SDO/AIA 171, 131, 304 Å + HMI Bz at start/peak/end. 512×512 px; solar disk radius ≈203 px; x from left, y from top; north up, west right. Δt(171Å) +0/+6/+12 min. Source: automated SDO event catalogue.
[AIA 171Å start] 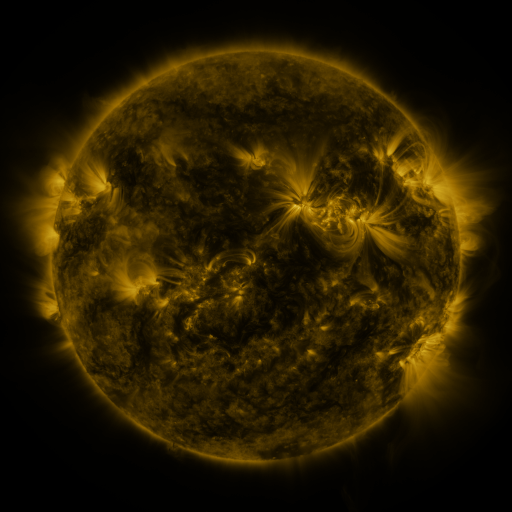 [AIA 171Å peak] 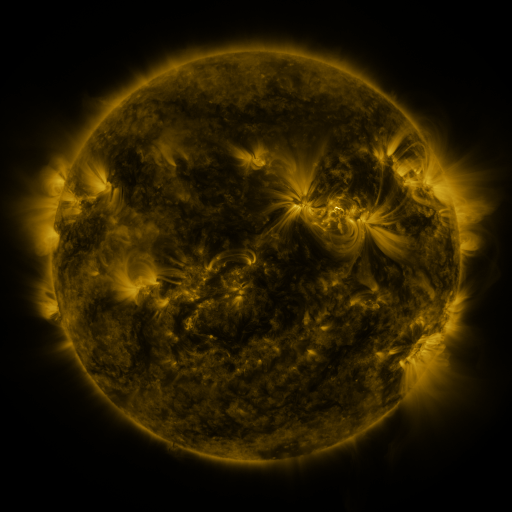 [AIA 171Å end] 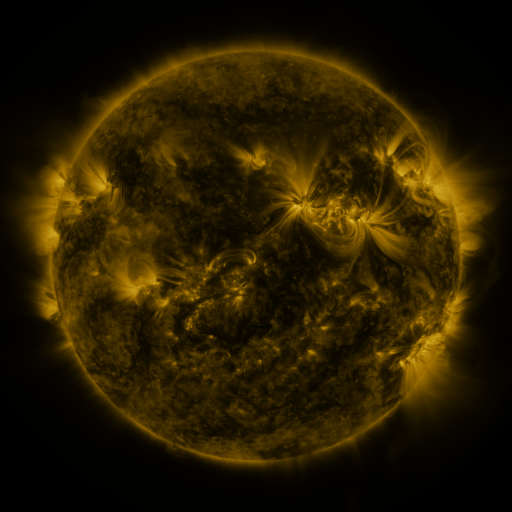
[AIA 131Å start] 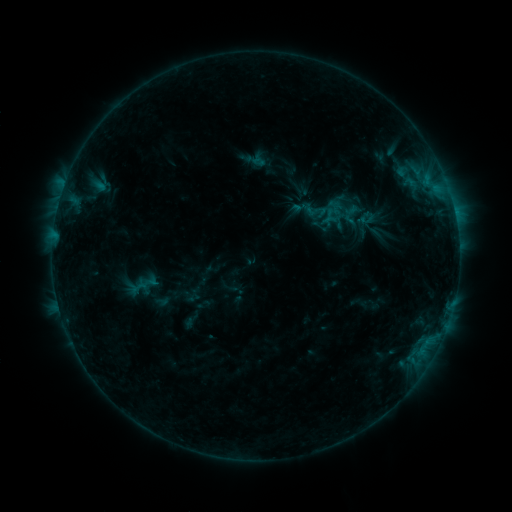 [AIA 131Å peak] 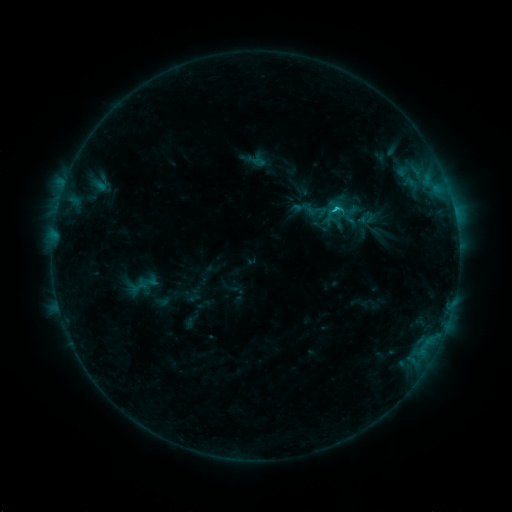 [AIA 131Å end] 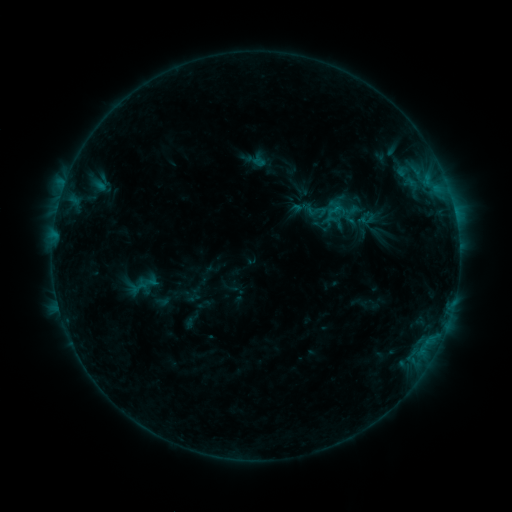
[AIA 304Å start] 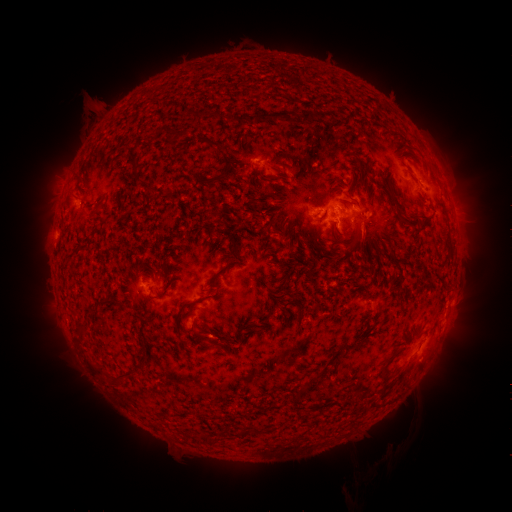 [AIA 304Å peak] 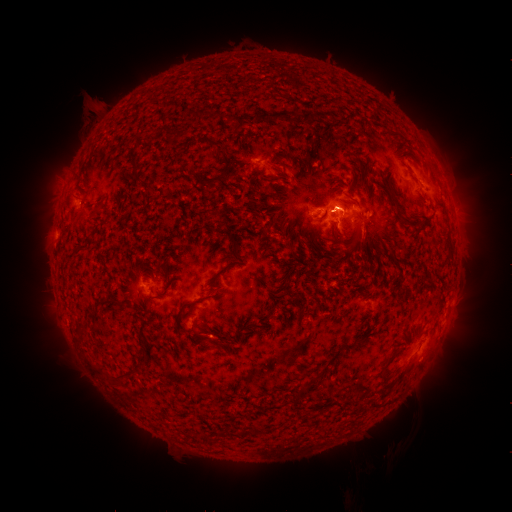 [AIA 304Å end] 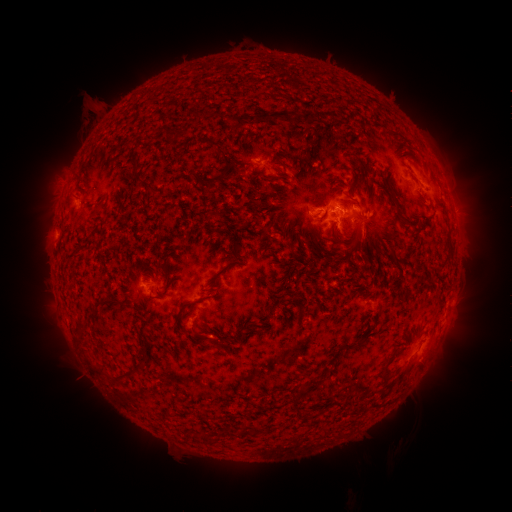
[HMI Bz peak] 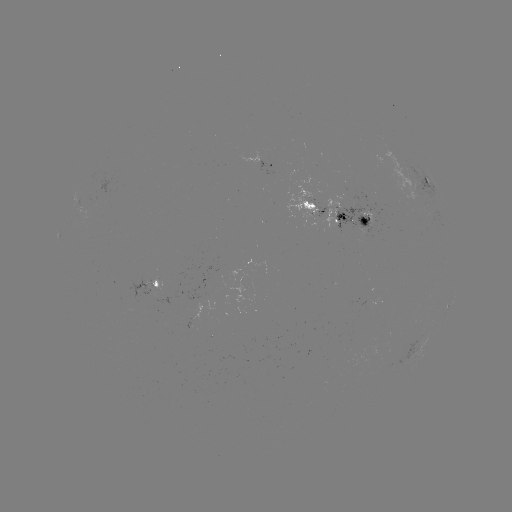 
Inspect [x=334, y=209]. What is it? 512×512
B8.9 flare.